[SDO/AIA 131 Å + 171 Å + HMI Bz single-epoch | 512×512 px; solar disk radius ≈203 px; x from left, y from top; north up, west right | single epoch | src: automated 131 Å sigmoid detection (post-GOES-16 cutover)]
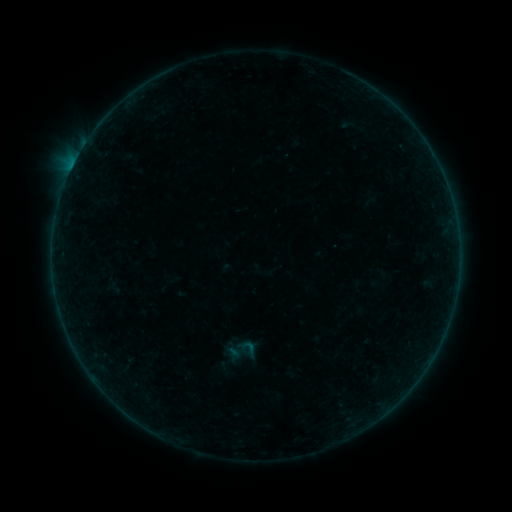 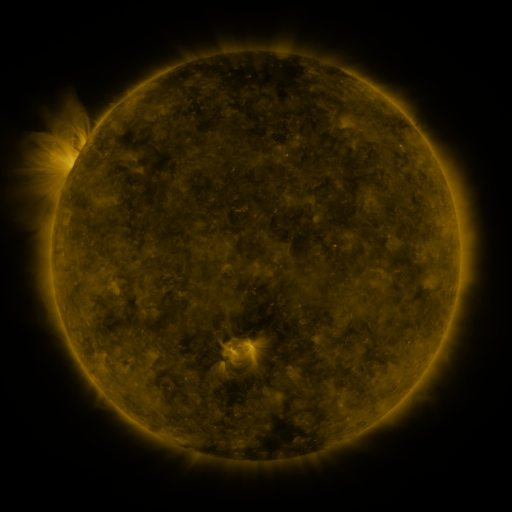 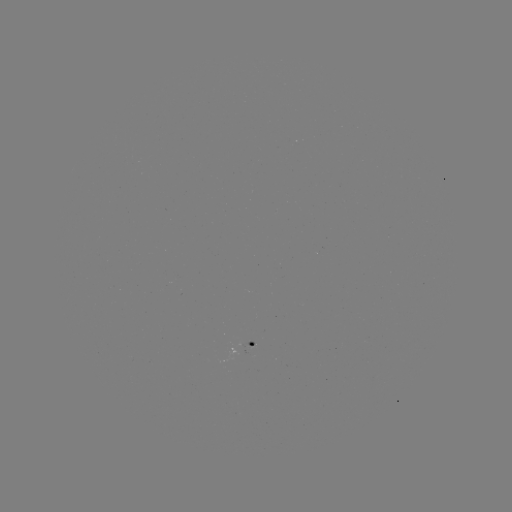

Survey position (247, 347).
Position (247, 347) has sigmoid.